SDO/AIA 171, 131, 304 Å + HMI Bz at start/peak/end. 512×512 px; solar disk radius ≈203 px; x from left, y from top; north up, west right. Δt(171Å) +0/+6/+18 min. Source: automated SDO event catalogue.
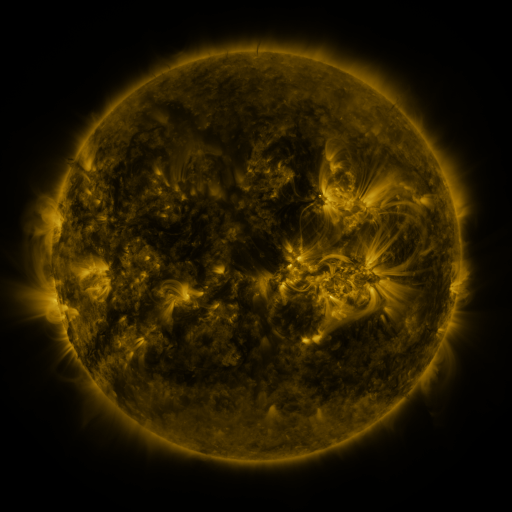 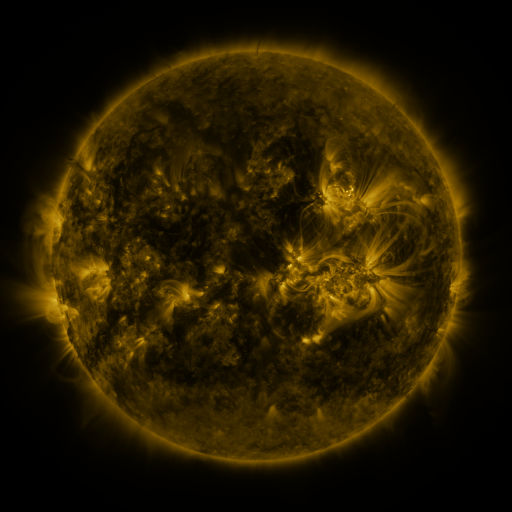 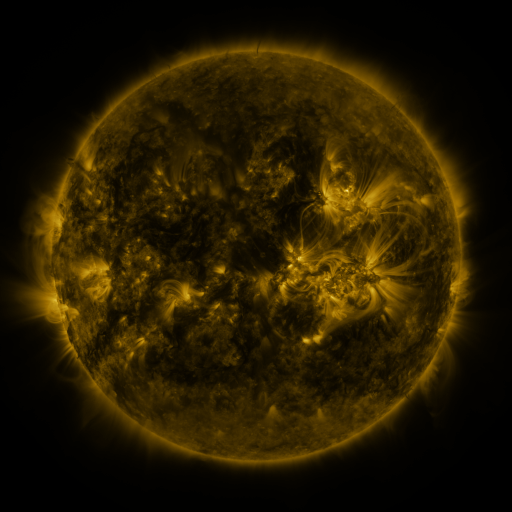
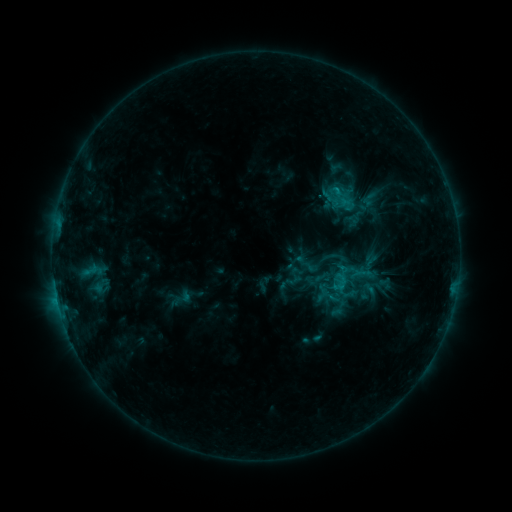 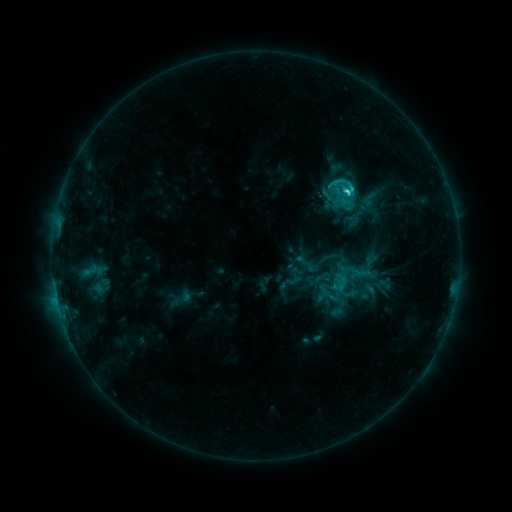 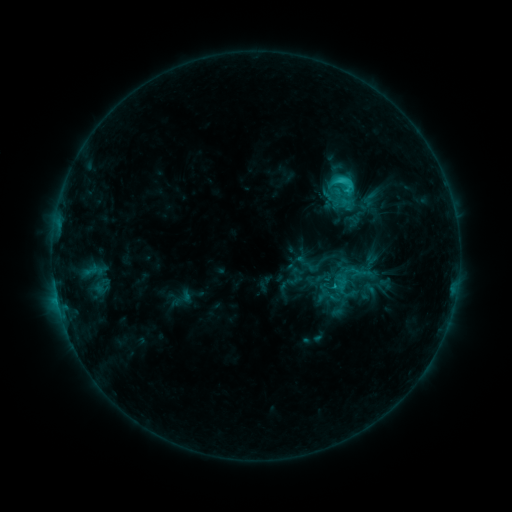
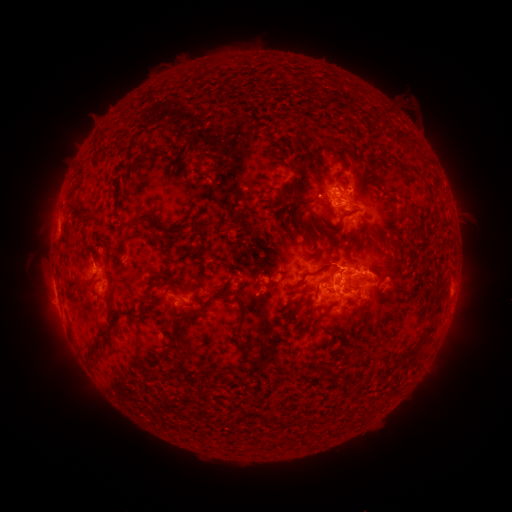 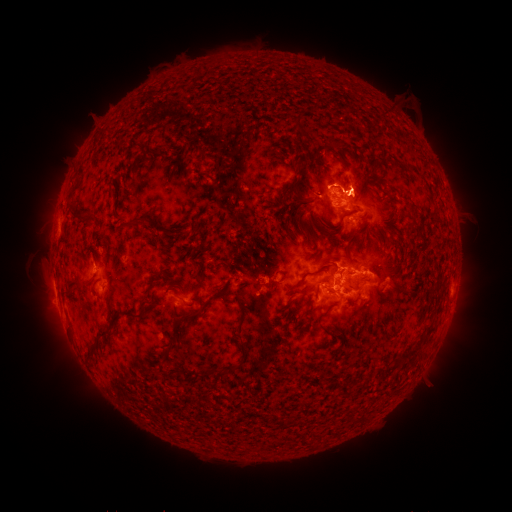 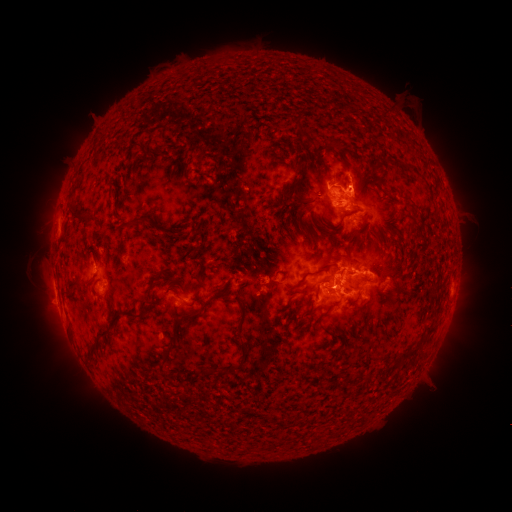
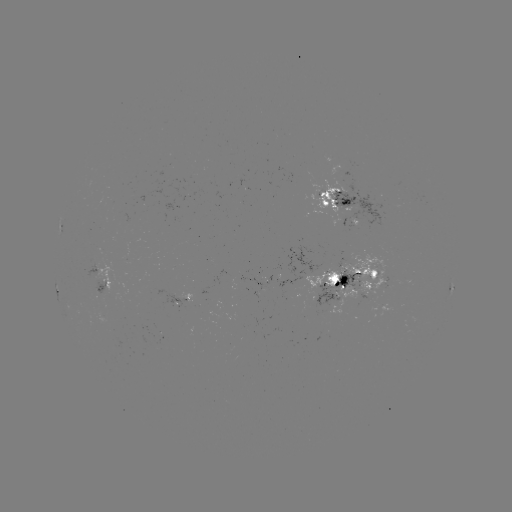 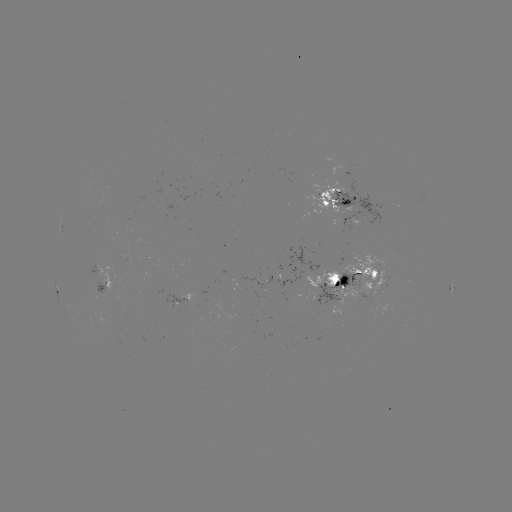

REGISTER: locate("C3.6 flare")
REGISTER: (346, 194)